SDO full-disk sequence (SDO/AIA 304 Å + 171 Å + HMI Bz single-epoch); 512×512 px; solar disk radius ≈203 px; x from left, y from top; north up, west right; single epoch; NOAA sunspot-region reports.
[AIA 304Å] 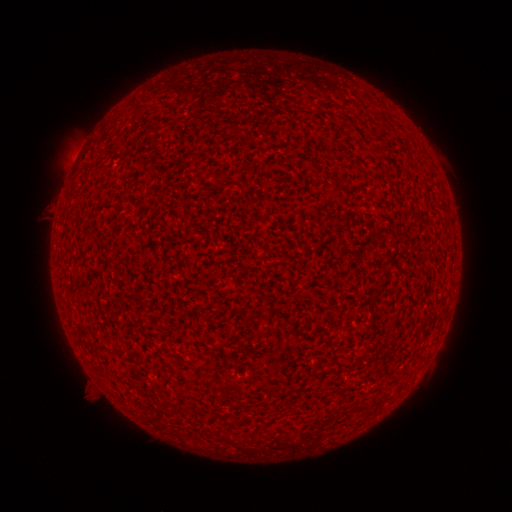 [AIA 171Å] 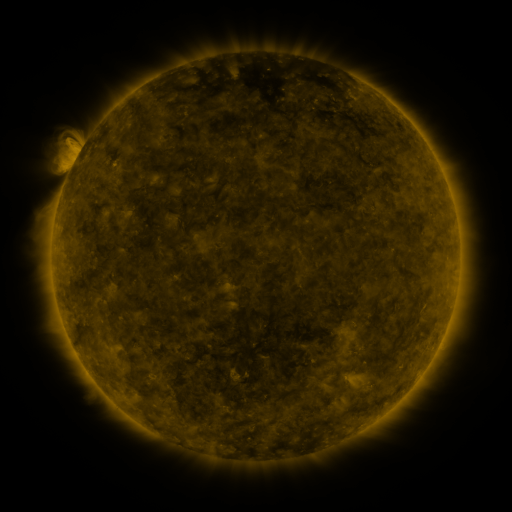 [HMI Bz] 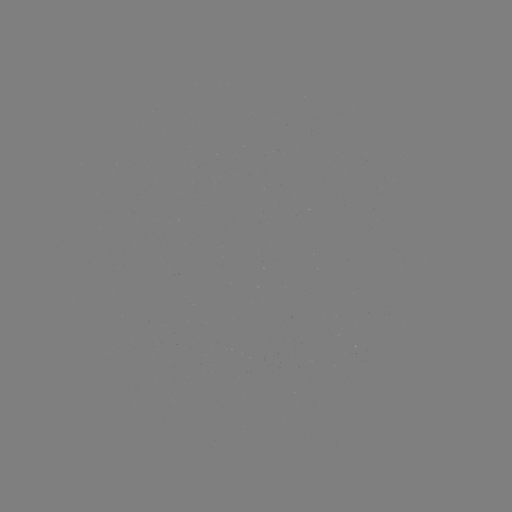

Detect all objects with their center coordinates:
(none)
